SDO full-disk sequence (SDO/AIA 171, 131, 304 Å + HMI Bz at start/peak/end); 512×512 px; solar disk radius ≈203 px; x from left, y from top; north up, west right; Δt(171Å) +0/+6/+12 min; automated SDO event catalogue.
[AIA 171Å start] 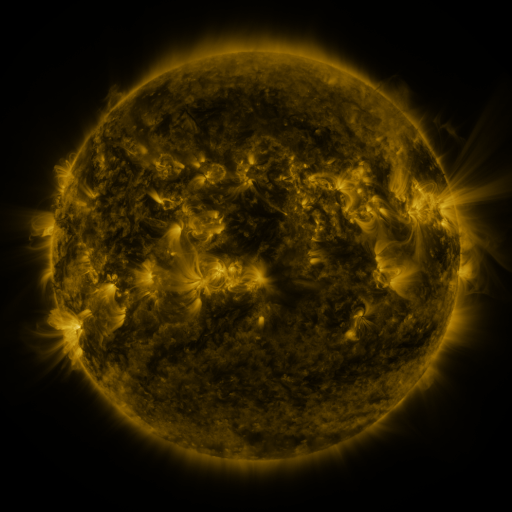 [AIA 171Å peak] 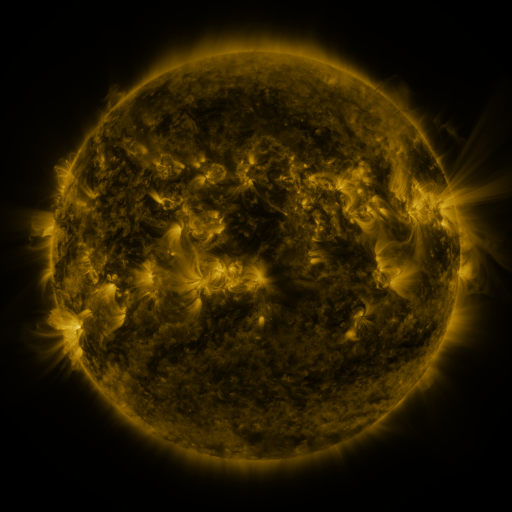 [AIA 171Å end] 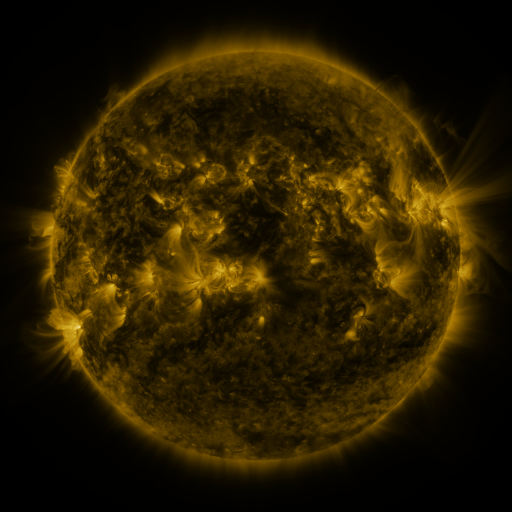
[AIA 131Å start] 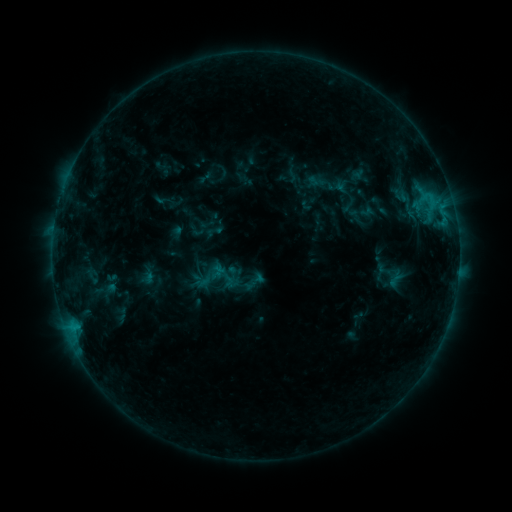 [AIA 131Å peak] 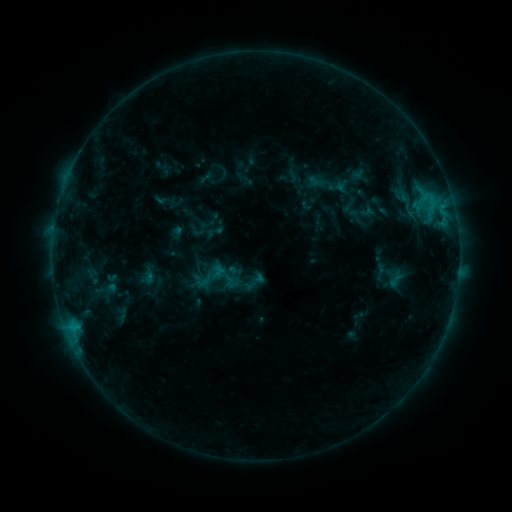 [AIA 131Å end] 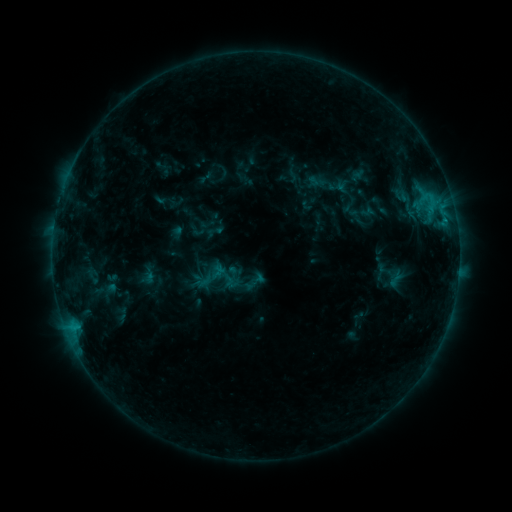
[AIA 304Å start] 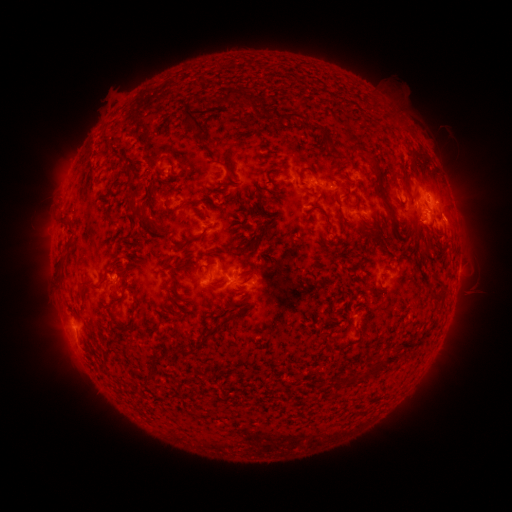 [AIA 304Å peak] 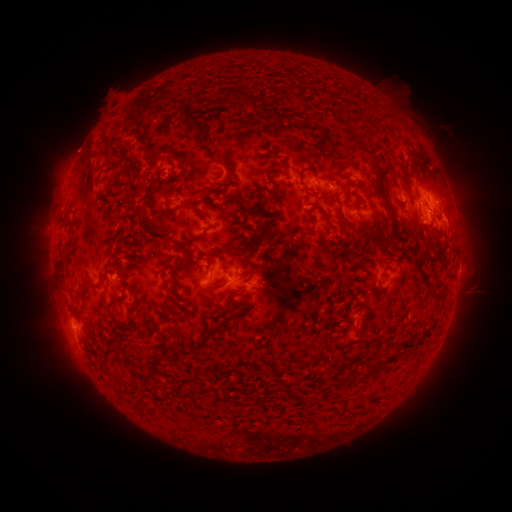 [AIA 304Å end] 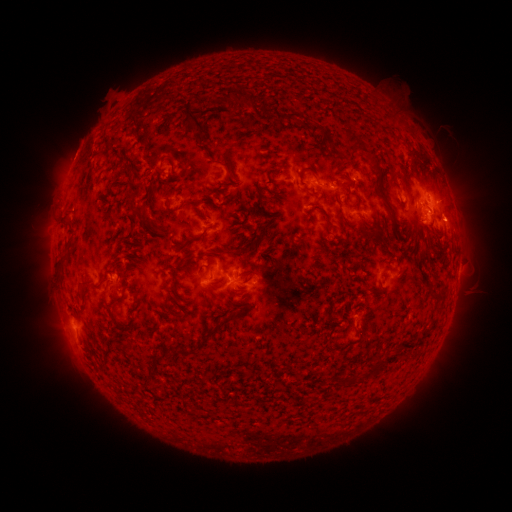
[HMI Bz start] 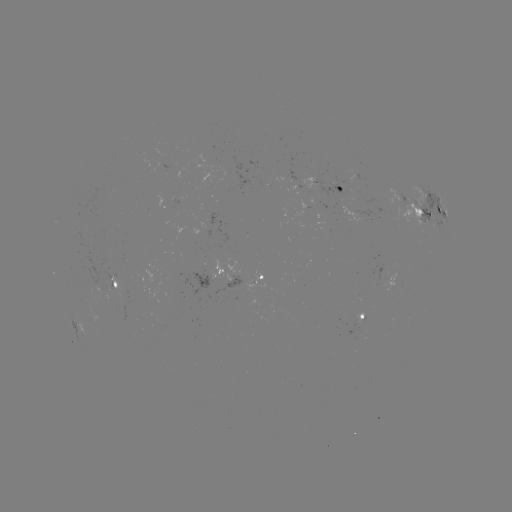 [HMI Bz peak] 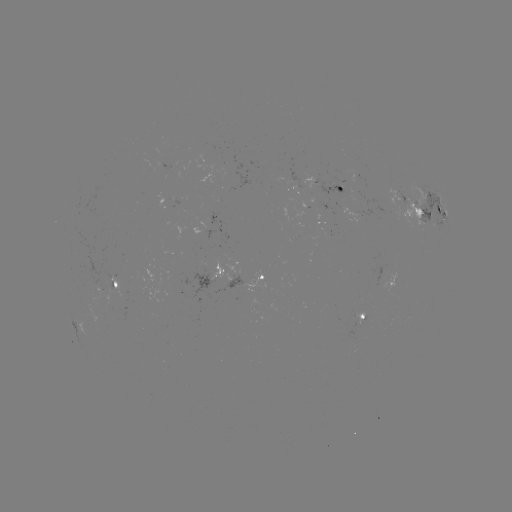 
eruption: (48, 125, 105, 183)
